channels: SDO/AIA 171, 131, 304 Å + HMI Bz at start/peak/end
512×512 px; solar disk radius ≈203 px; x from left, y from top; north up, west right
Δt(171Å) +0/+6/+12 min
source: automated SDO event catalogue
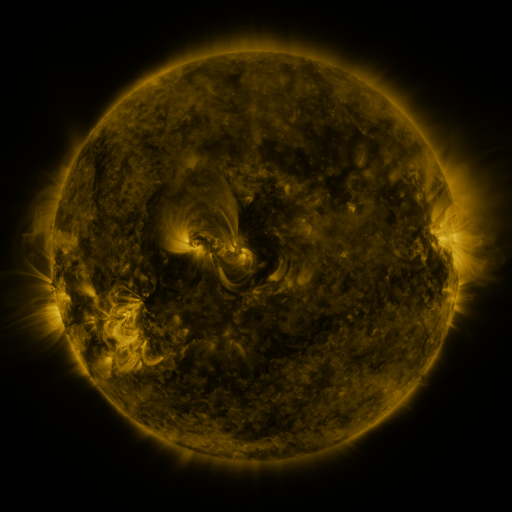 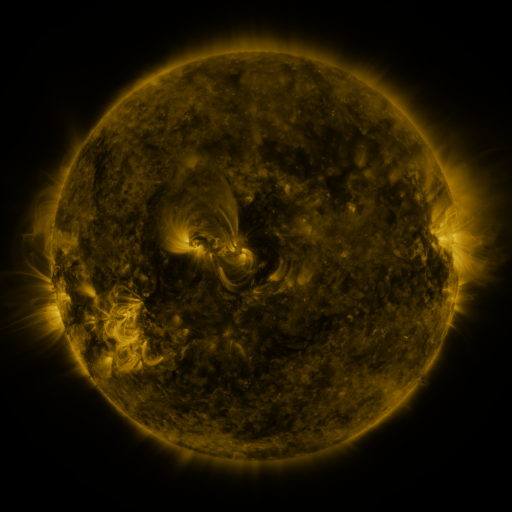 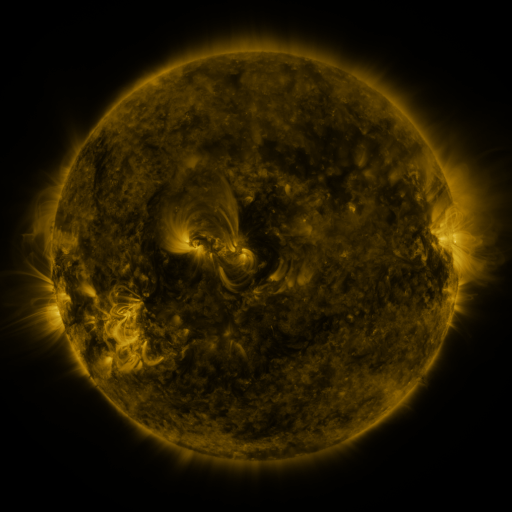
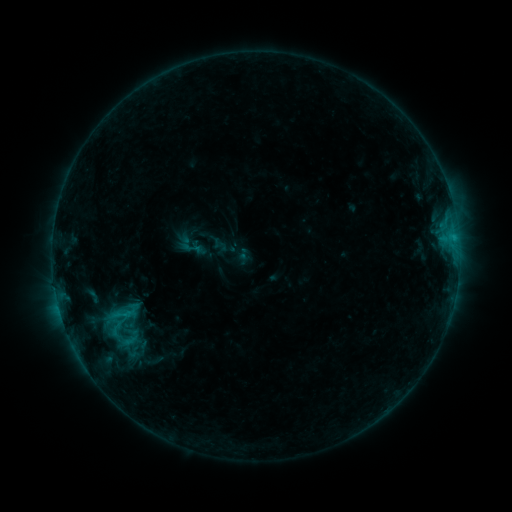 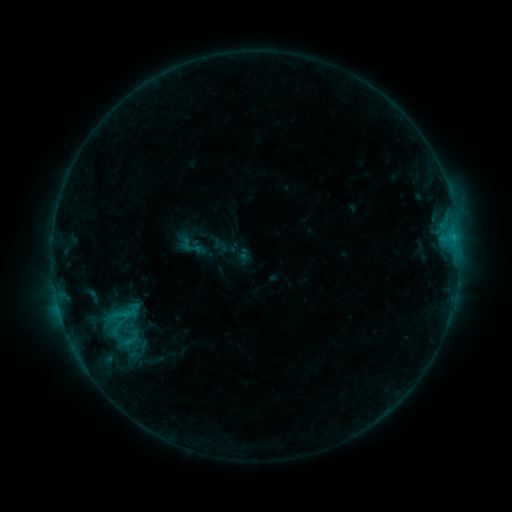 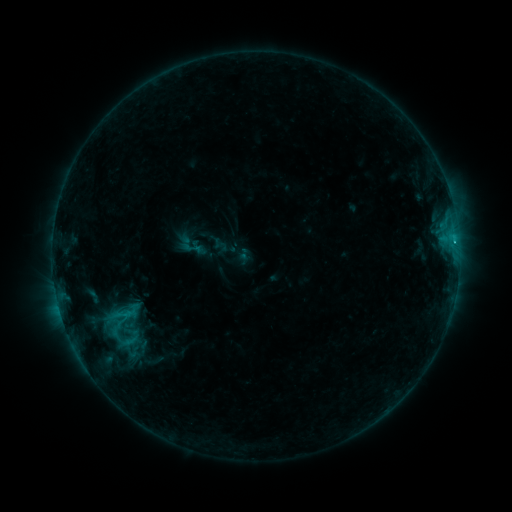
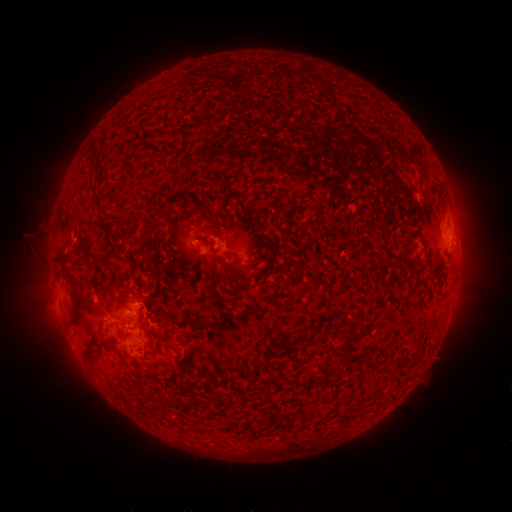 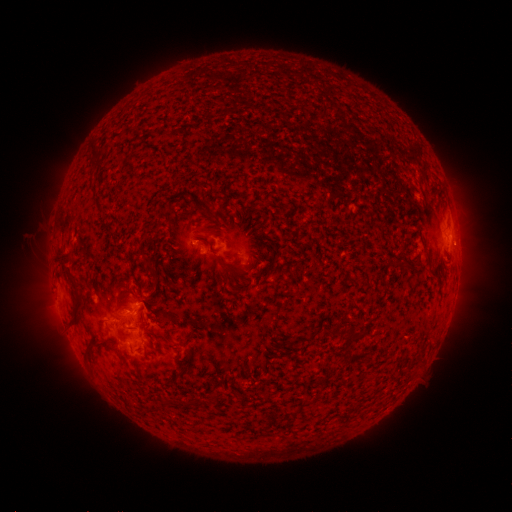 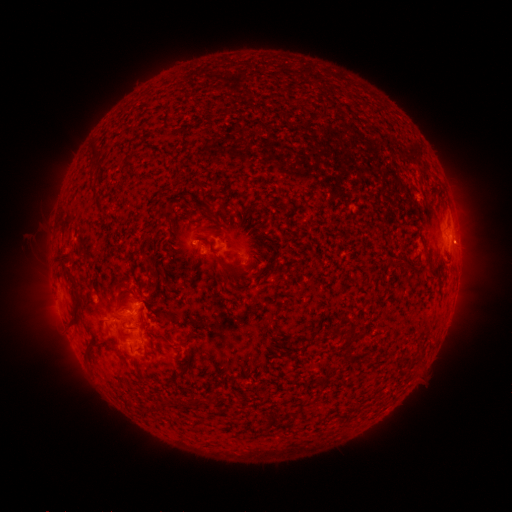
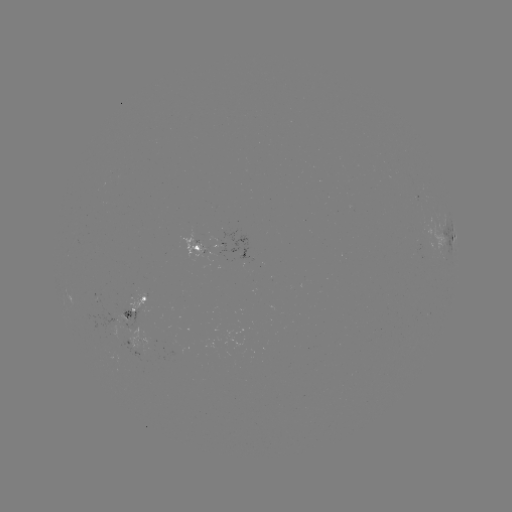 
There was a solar flare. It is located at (454, 244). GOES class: C1.3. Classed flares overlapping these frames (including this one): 1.